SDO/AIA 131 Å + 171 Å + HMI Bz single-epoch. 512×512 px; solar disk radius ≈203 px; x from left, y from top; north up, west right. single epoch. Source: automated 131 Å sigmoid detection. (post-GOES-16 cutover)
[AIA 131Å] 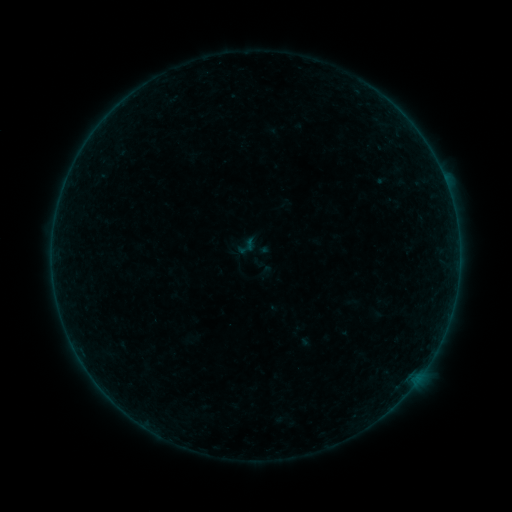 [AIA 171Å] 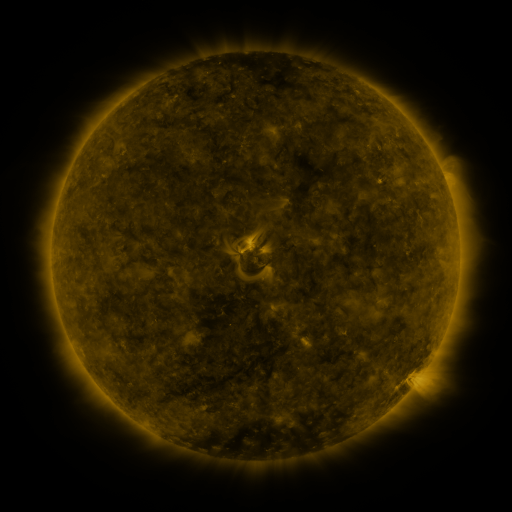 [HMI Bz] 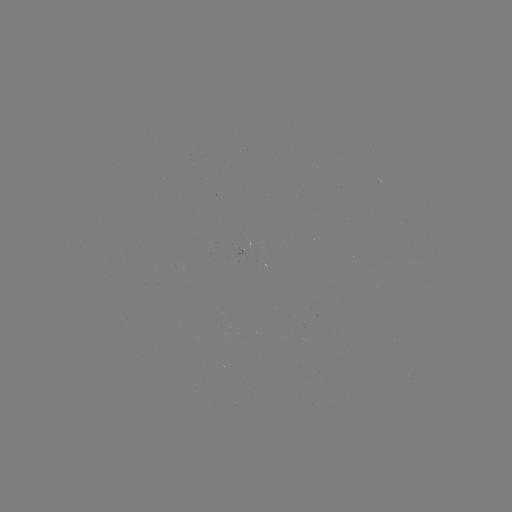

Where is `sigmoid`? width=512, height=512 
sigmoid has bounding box [235, 235, 258, 258].